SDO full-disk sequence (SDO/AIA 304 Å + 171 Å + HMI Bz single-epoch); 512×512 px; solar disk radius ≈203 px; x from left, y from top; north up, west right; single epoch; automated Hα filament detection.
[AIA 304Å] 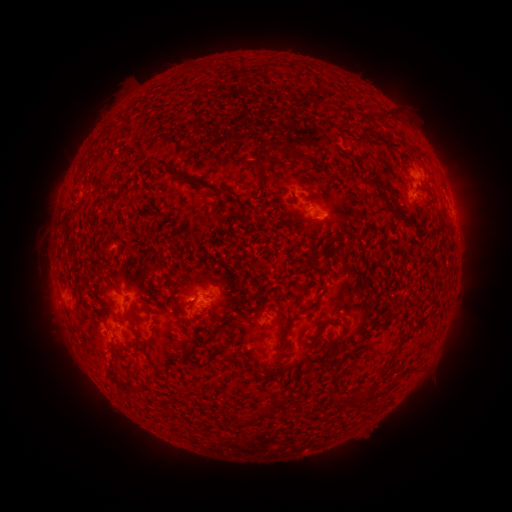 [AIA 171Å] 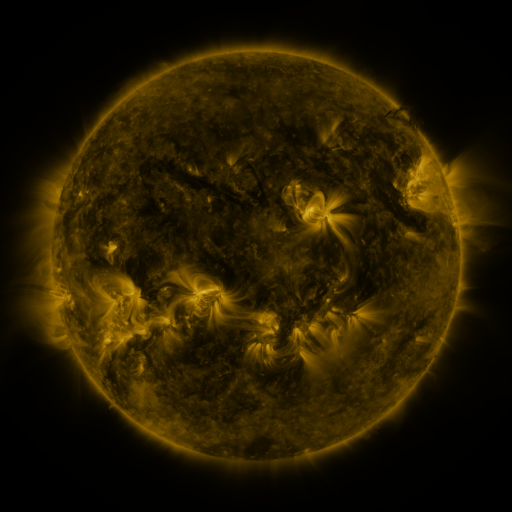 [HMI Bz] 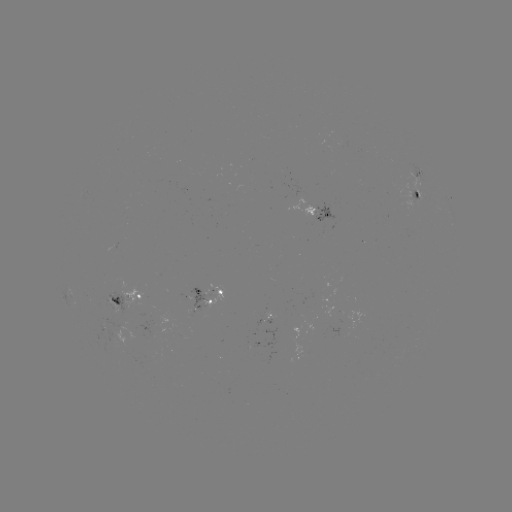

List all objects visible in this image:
filament: (388, 115)
filament: (292, 151)
filament: (261, 179)
filament: (369, 183)
filament: (399, 217)
filament: (111, 287)
filament: (356, 291)
filament: (115, 300)
filament: (276, 311)
filament: (292, 318)
filament: (322, 326)
filament: (209, 360)
